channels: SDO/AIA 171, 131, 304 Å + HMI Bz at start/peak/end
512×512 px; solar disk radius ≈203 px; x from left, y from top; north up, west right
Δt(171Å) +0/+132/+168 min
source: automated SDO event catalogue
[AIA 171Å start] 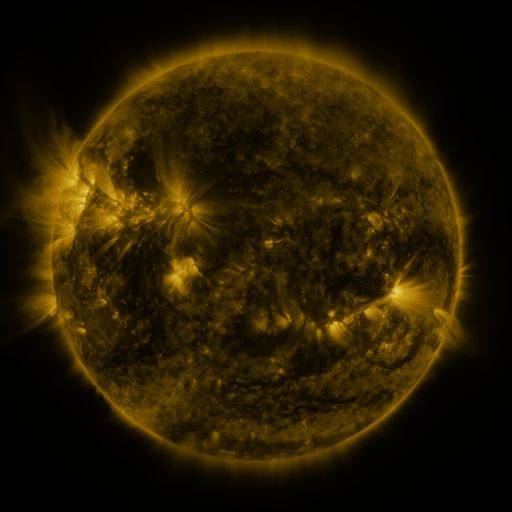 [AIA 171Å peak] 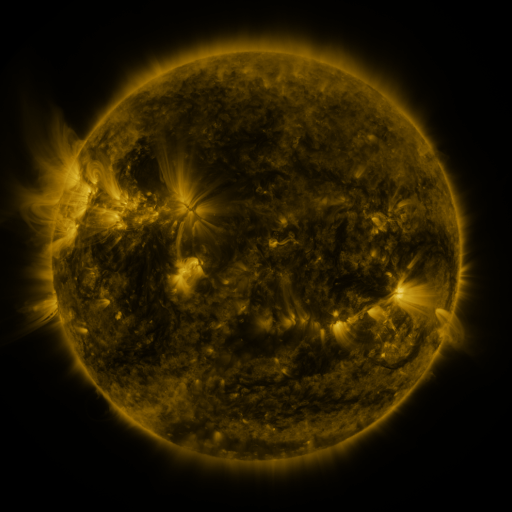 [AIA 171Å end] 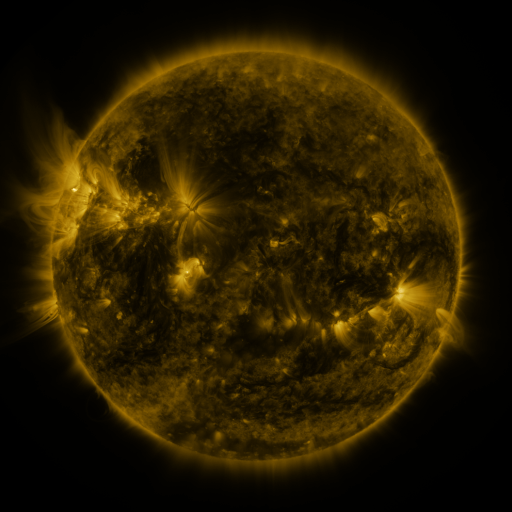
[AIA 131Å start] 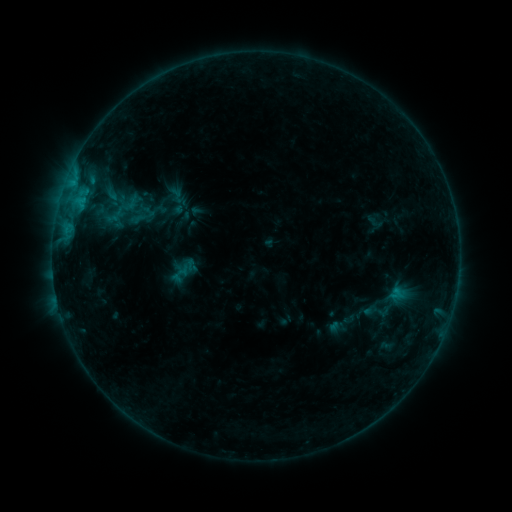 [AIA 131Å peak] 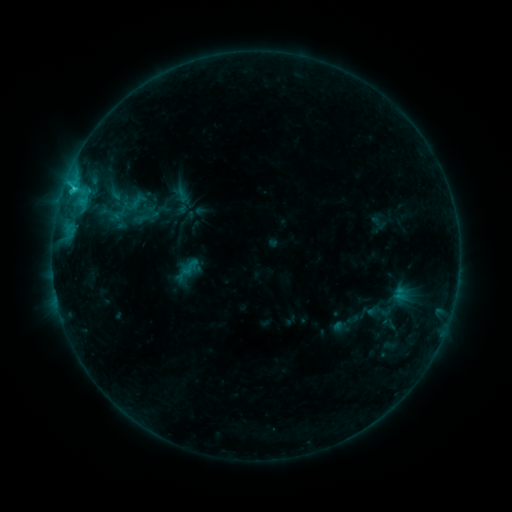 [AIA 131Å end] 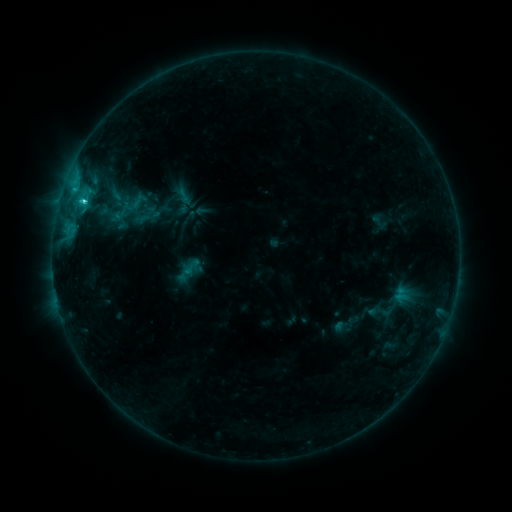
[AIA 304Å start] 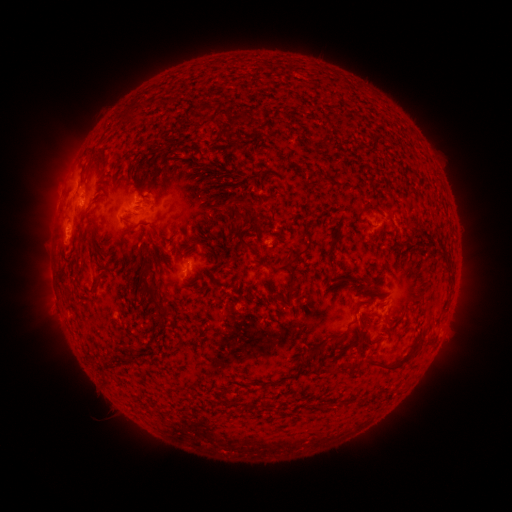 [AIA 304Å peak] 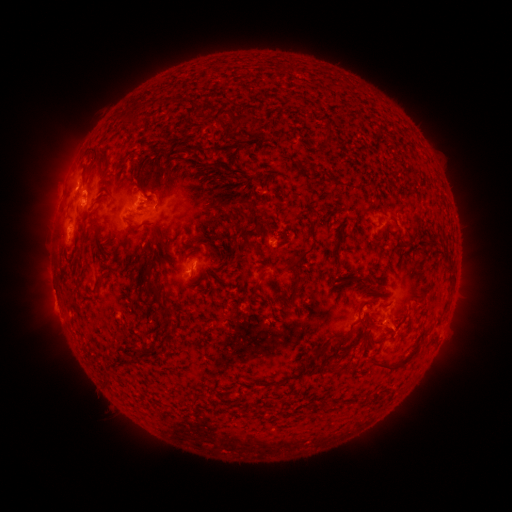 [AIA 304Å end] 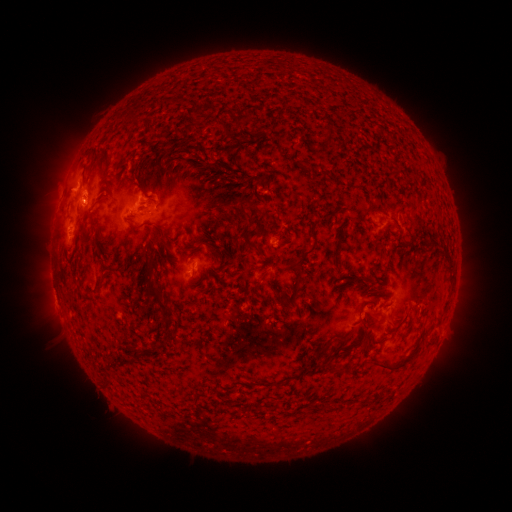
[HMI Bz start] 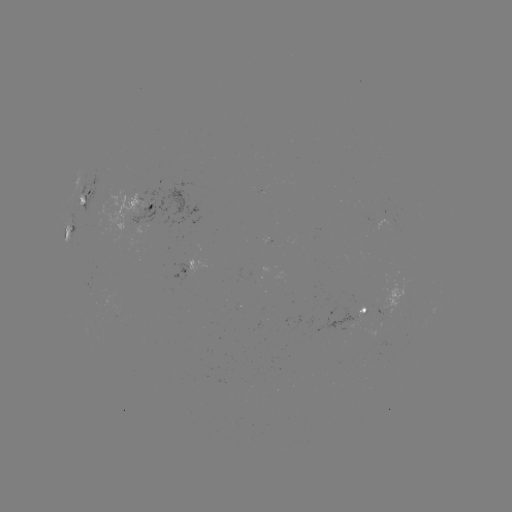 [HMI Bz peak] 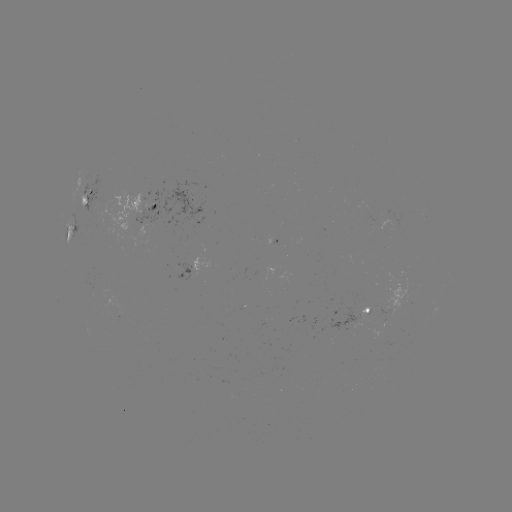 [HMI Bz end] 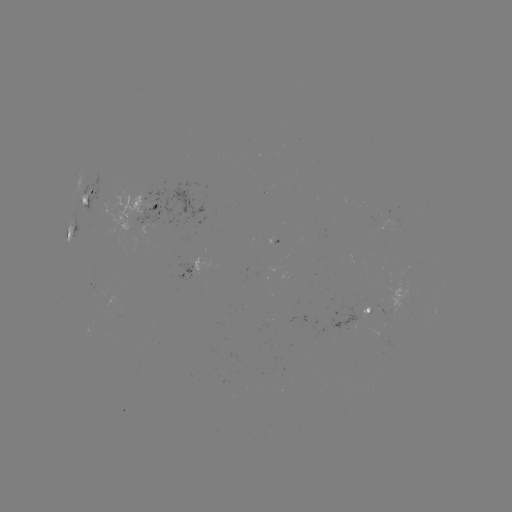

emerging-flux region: (384, 278, 409, 314)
